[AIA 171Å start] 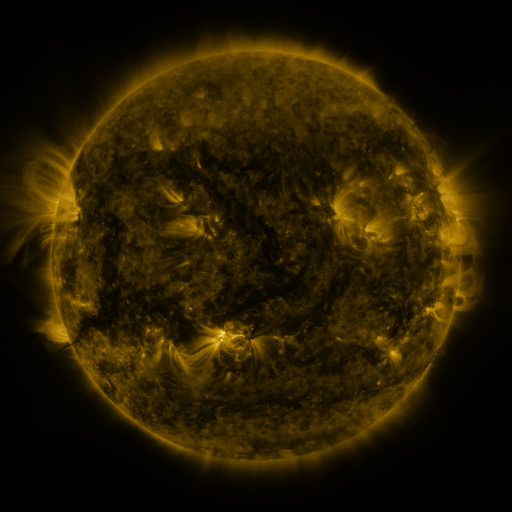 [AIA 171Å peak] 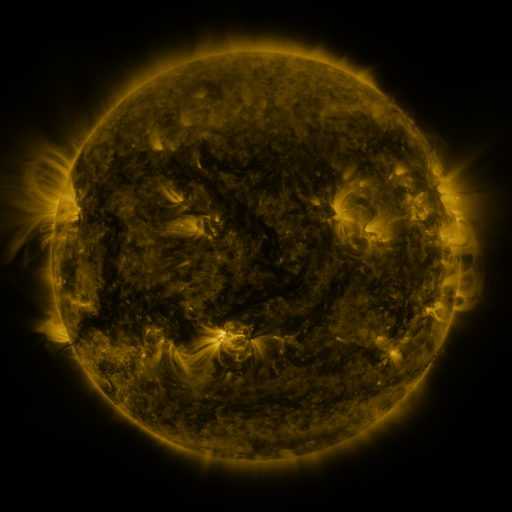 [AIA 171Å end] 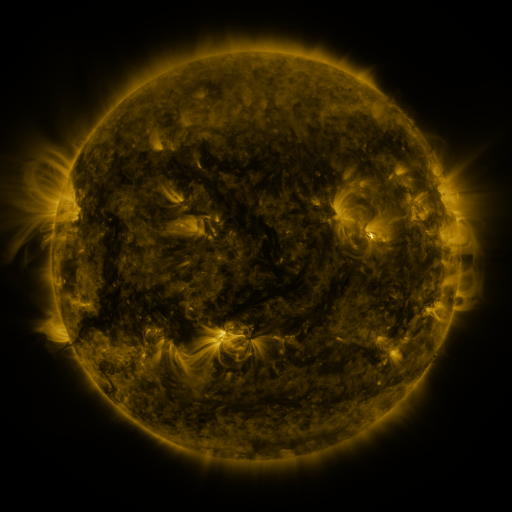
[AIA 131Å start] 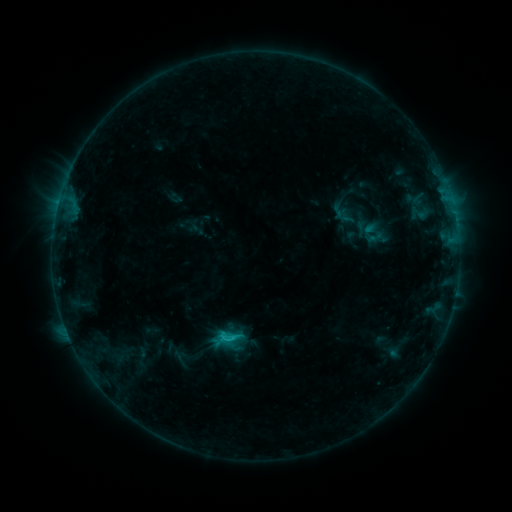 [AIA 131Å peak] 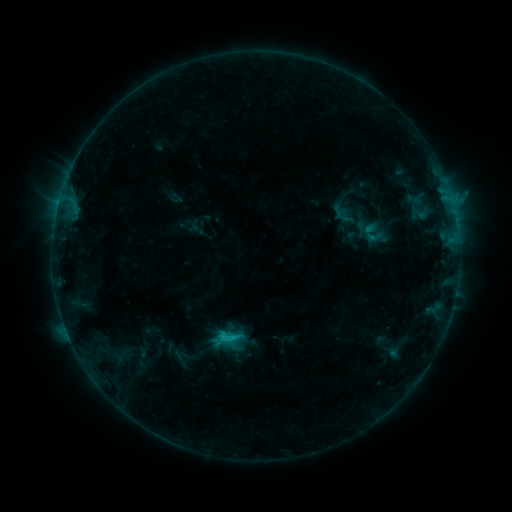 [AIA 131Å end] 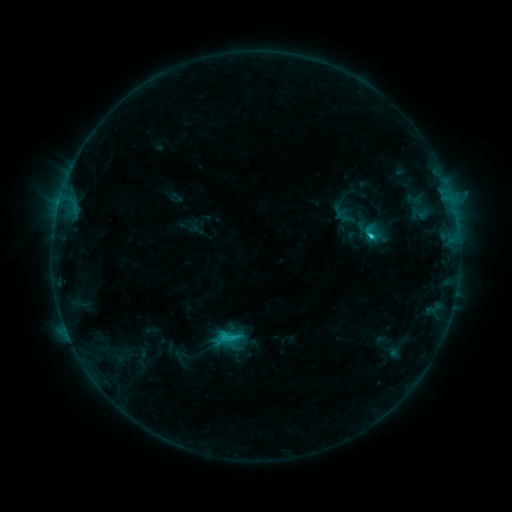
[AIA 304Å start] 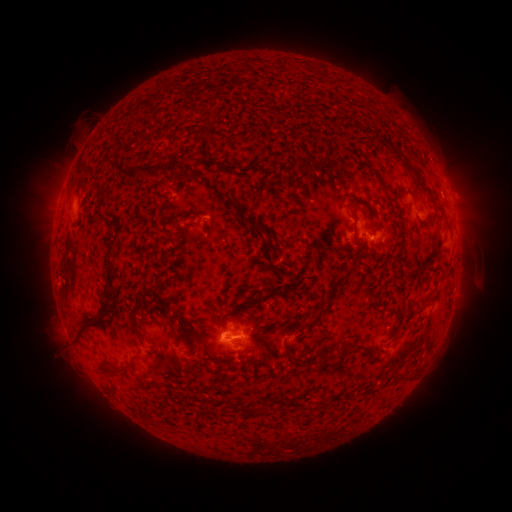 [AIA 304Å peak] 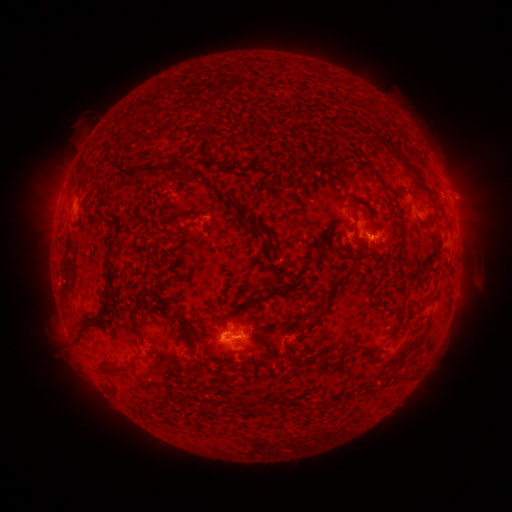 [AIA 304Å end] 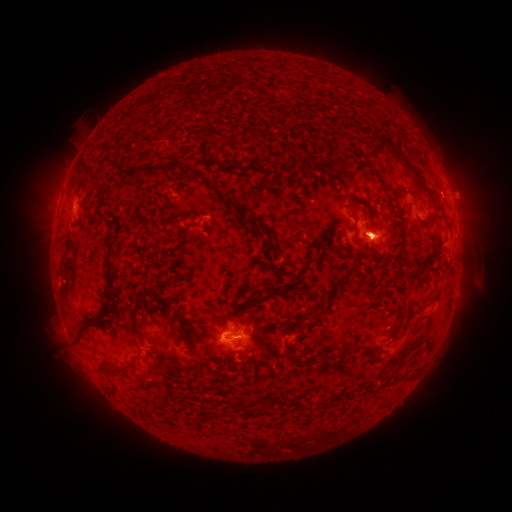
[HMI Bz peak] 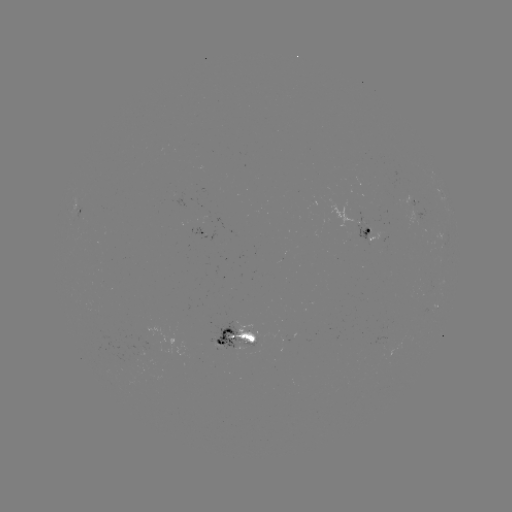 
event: flare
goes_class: C2.0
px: (238, 336)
